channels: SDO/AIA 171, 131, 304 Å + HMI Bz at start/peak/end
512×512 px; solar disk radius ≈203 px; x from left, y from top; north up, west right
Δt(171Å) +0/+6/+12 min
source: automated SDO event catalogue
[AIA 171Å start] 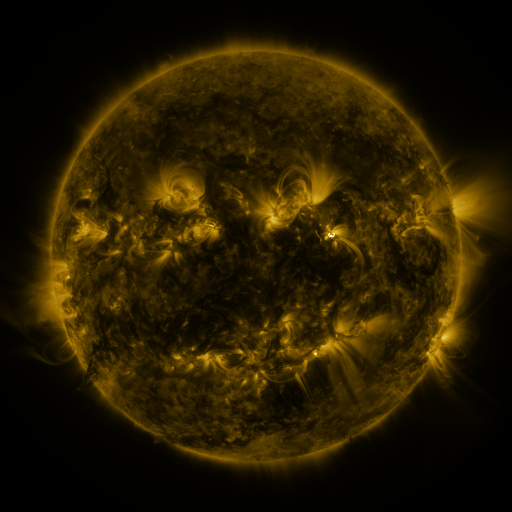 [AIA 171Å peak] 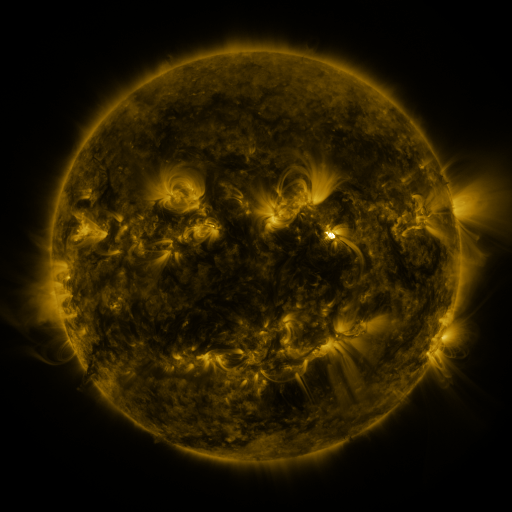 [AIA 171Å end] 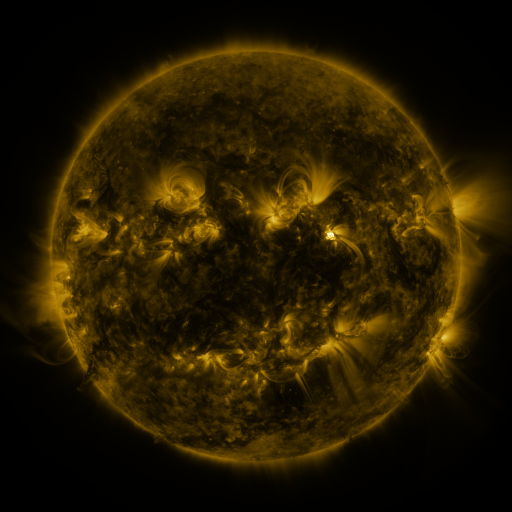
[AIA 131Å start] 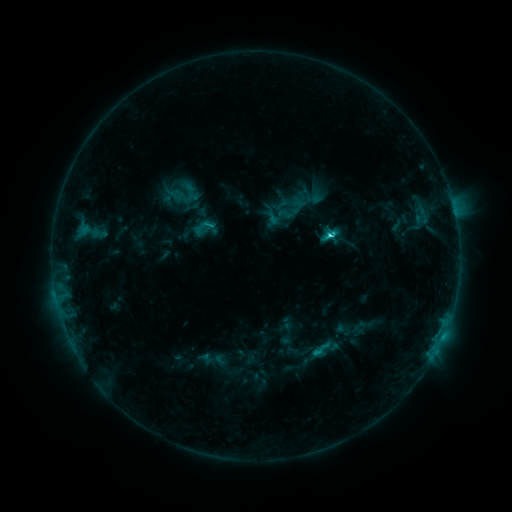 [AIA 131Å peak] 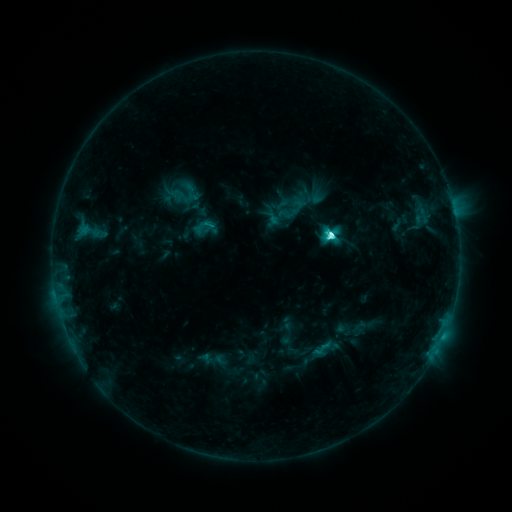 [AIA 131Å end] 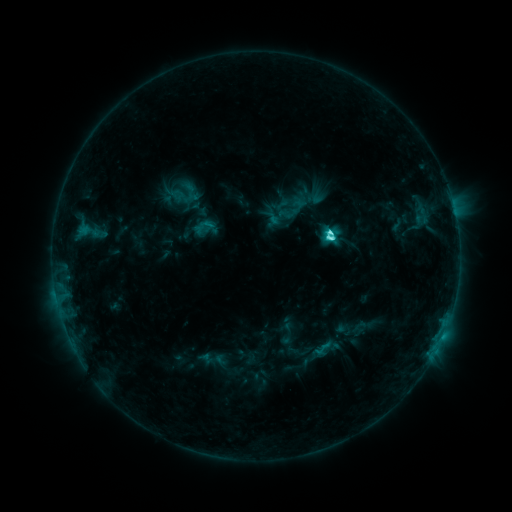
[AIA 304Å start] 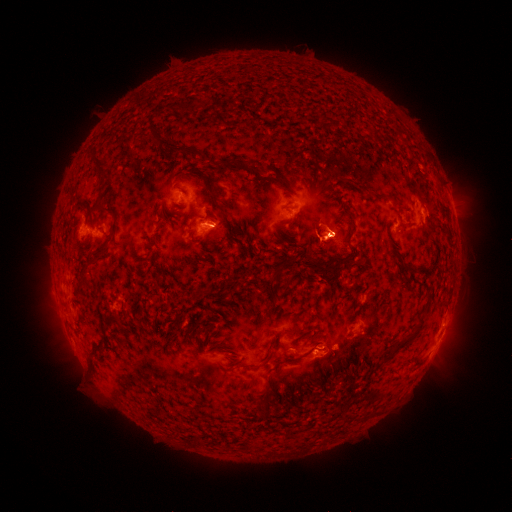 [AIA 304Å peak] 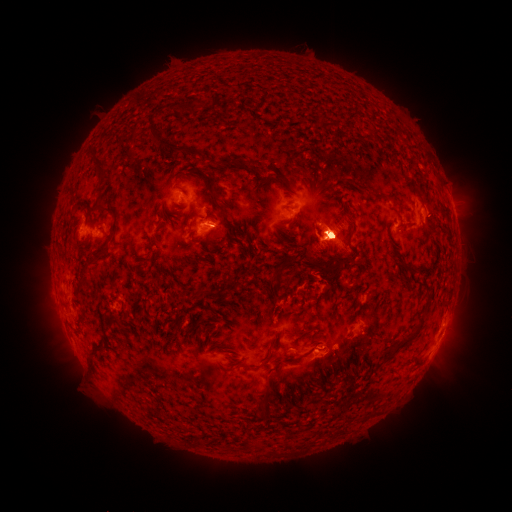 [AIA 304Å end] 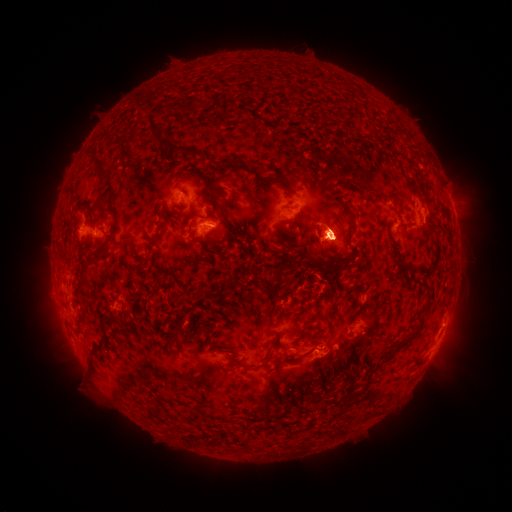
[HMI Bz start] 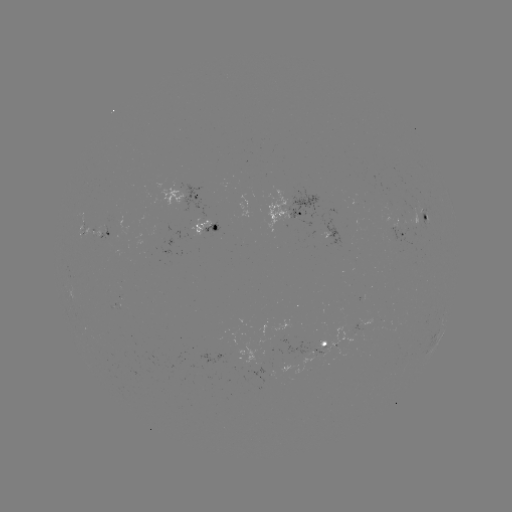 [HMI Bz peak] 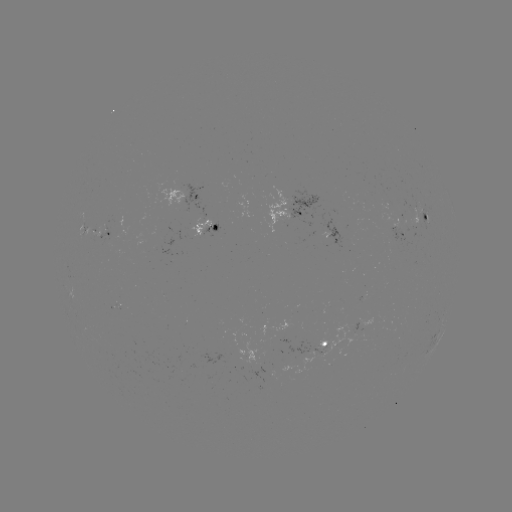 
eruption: (376, 304, 483, 427)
